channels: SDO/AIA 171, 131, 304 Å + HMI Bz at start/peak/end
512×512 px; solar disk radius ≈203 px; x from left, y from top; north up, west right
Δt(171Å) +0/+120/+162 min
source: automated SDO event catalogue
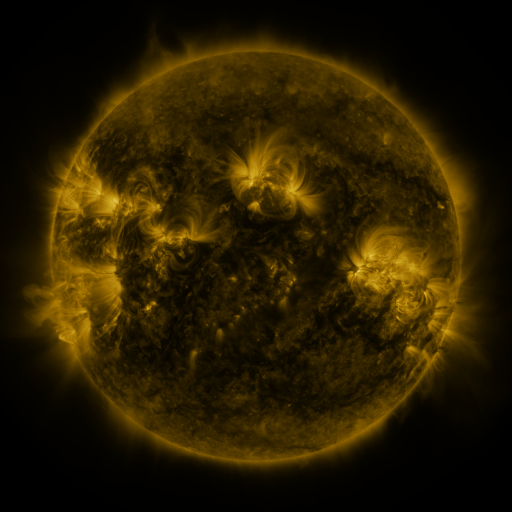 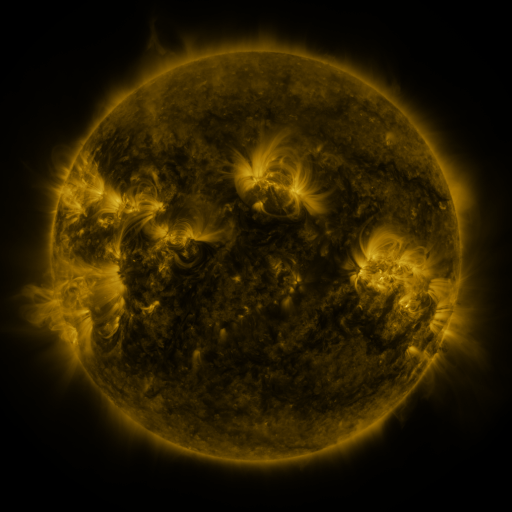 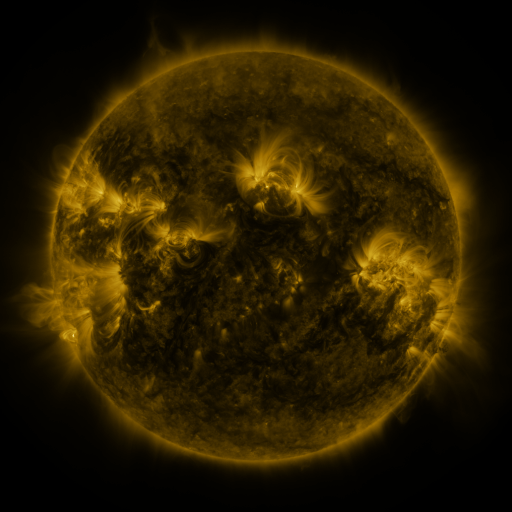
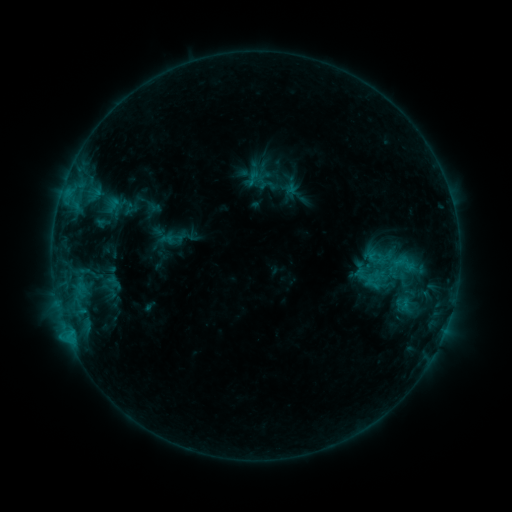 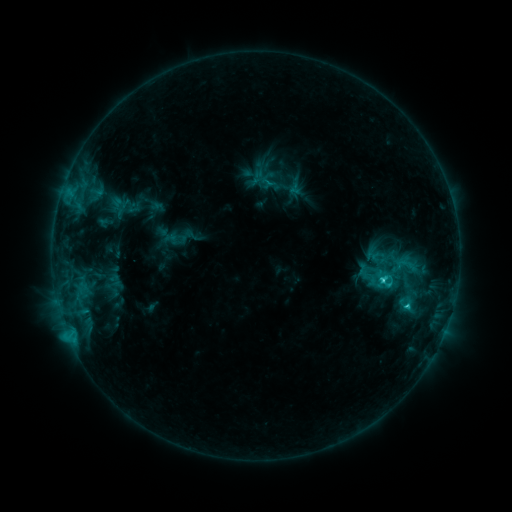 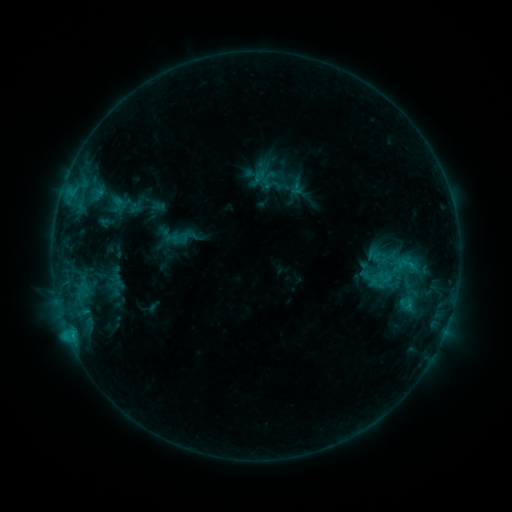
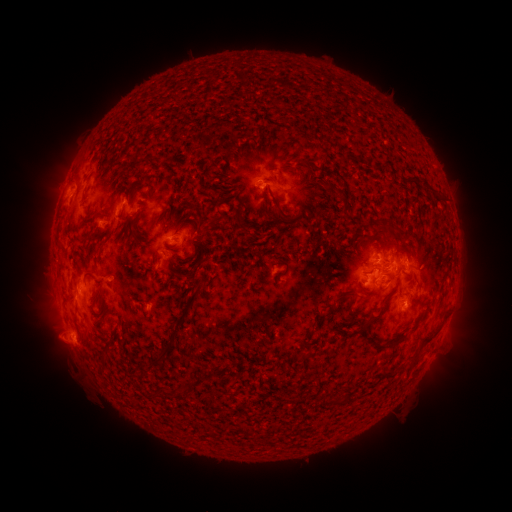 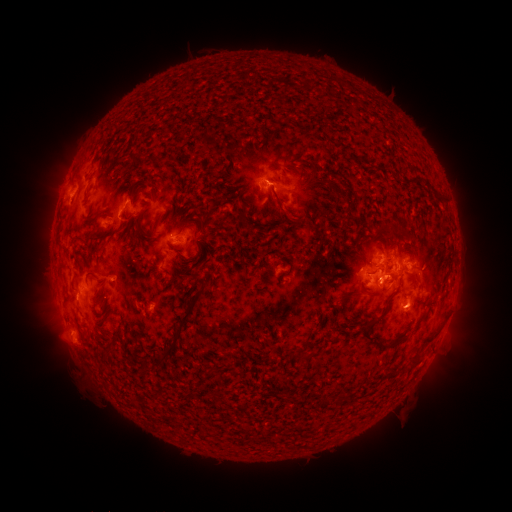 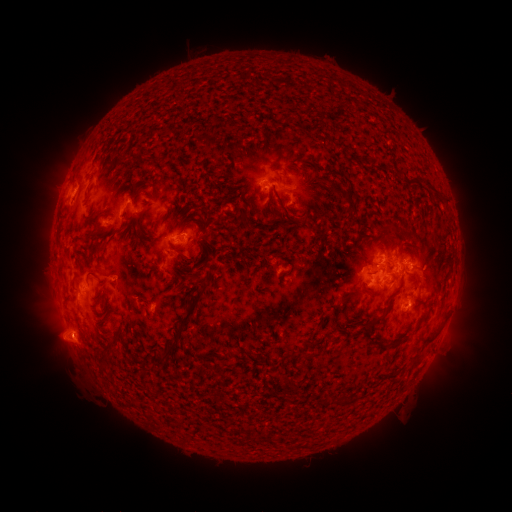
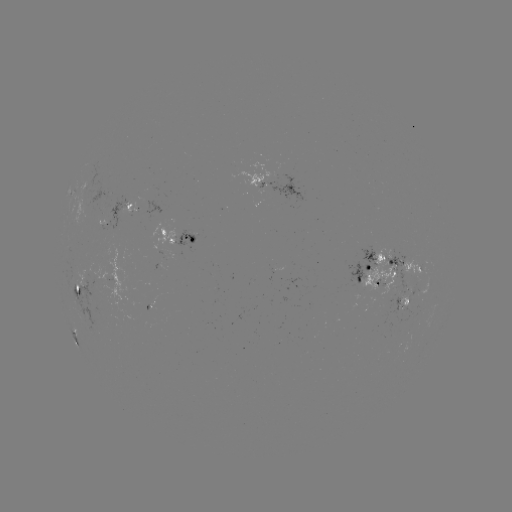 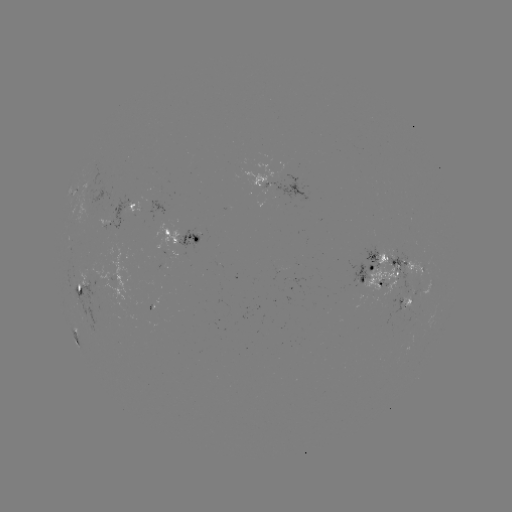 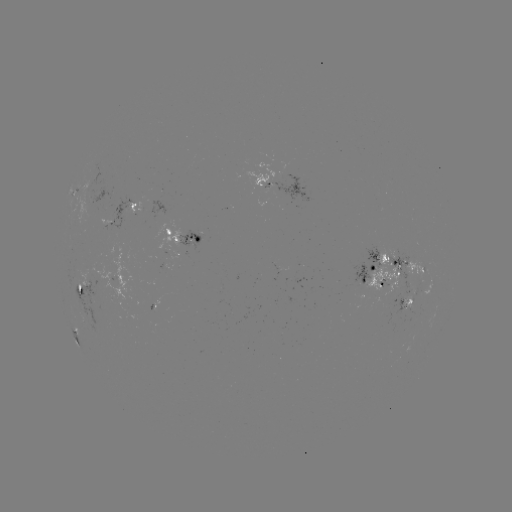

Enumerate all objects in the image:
C3.0 flare: (381, 278)
